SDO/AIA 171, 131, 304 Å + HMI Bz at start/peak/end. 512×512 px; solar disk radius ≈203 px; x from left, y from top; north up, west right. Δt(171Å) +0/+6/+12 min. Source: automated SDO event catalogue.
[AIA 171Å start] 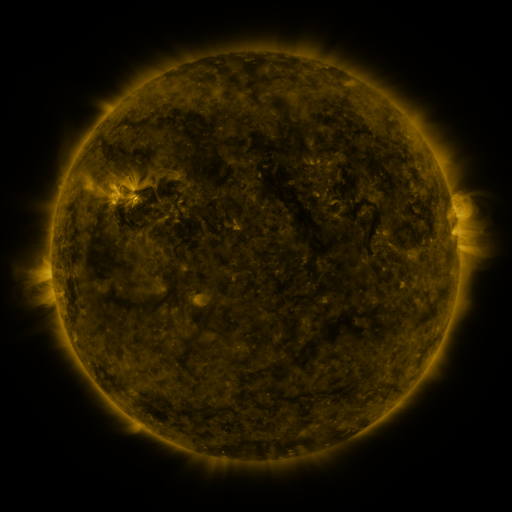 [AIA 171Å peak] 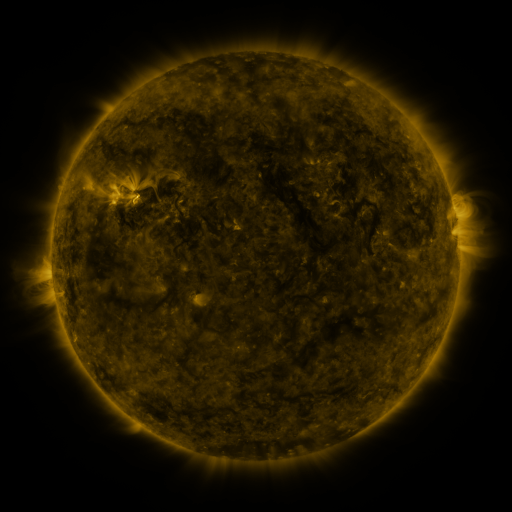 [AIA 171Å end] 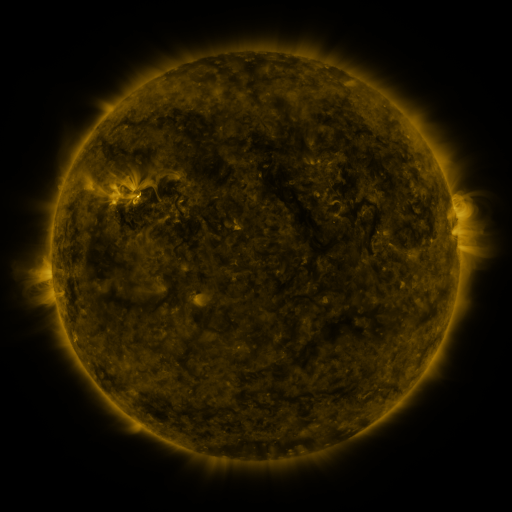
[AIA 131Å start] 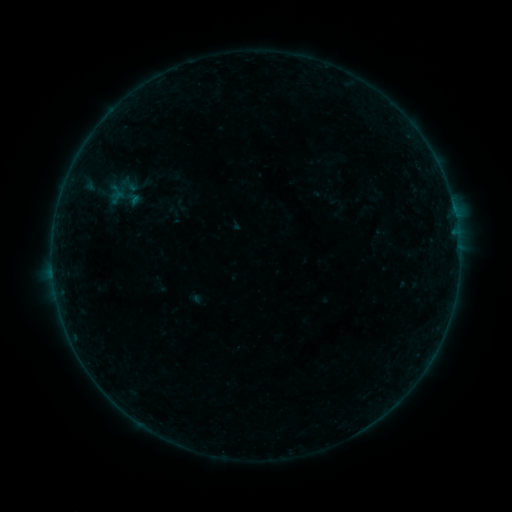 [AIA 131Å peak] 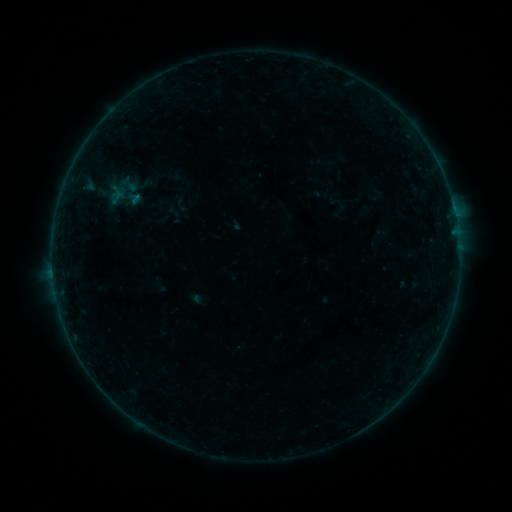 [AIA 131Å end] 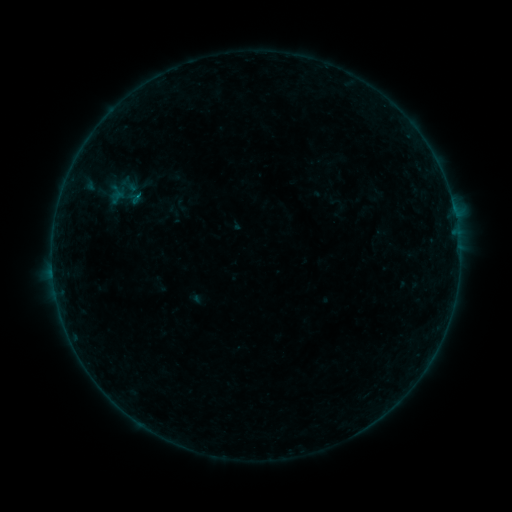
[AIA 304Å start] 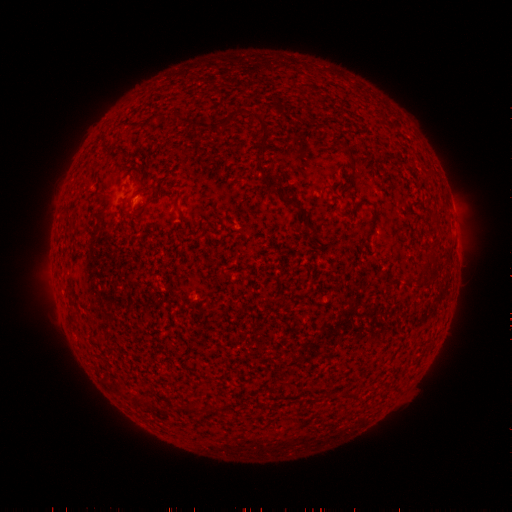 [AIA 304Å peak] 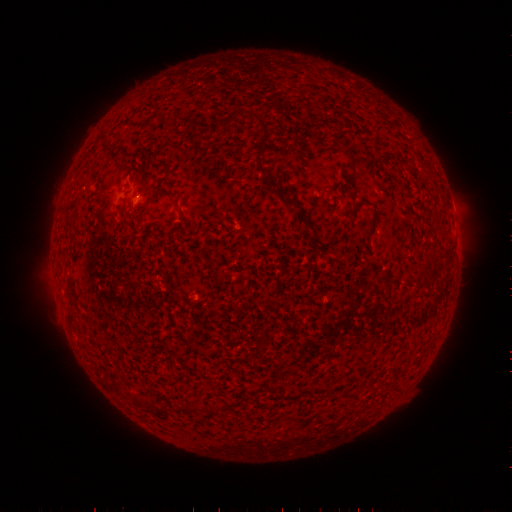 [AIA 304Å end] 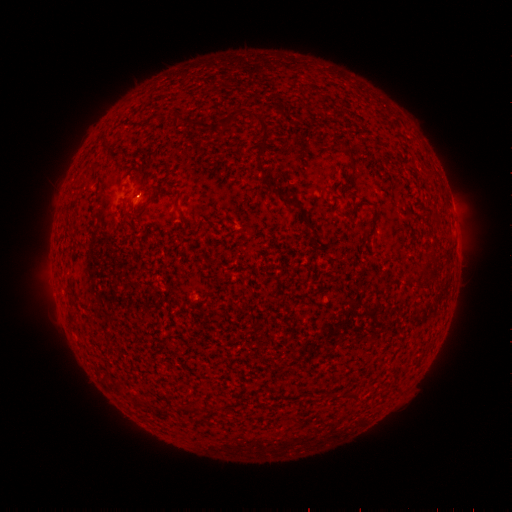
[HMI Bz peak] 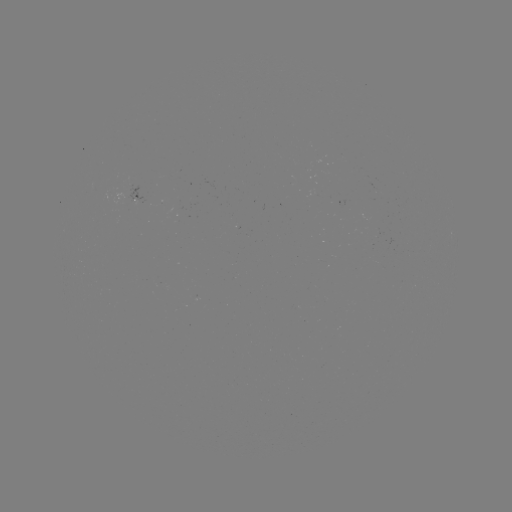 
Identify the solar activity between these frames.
B1.3 flare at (138, 197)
